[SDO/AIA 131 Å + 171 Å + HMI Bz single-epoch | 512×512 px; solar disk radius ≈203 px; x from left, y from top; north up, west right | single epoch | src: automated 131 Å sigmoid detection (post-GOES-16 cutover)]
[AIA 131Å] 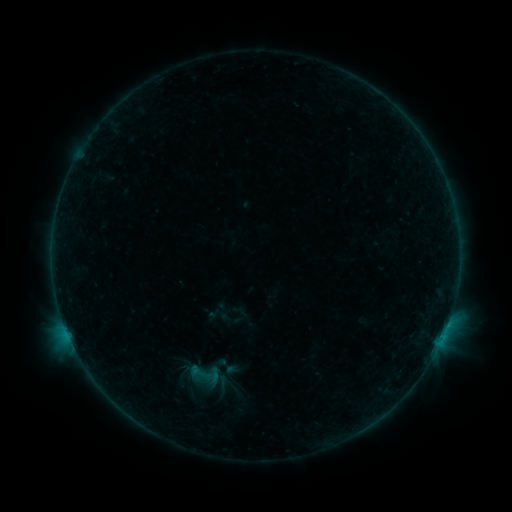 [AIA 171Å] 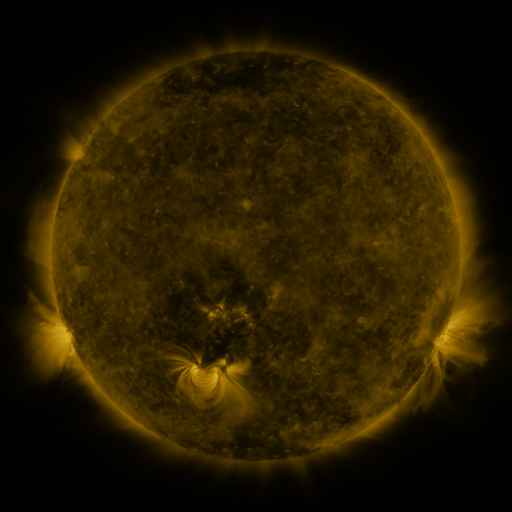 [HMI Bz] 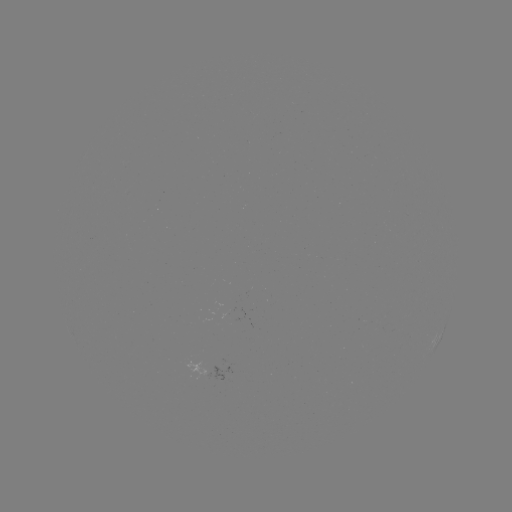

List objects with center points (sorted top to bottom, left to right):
sigmoid: (203, 375)
